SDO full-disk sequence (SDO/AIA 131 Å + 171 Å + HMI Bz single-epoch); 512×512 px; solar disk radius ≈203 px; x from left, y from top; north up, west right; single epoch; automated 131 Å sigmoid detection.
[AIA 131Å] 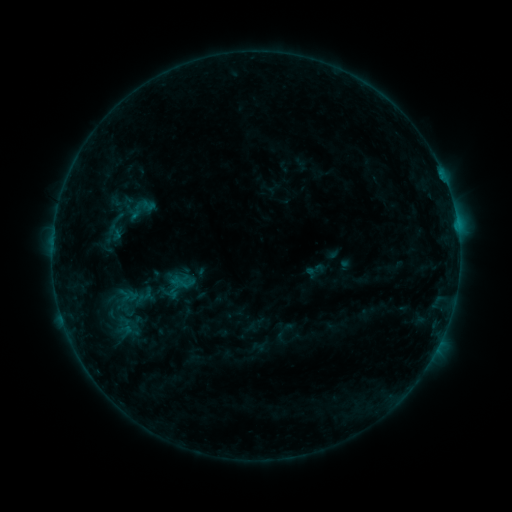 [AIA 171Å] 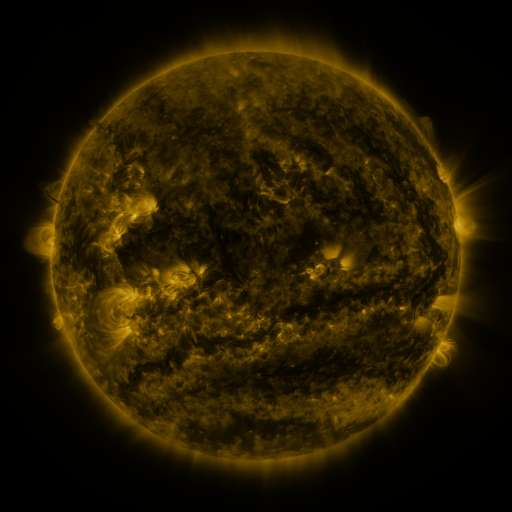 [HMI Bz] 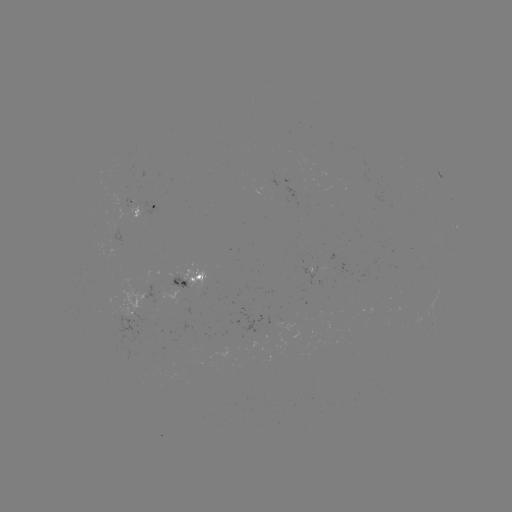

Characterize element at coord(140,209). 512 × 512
sigmoid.